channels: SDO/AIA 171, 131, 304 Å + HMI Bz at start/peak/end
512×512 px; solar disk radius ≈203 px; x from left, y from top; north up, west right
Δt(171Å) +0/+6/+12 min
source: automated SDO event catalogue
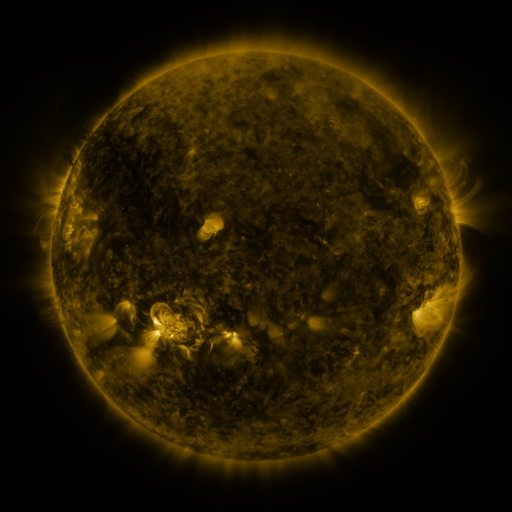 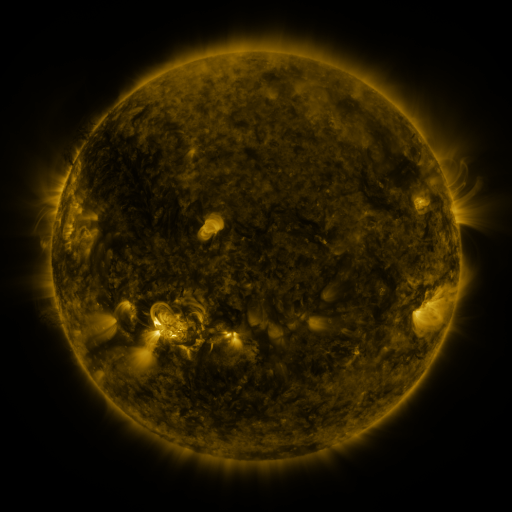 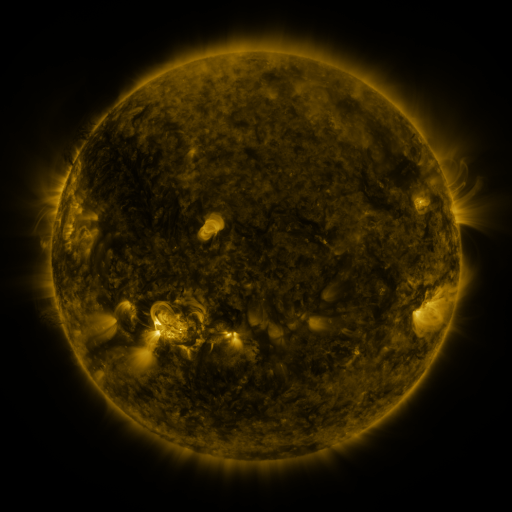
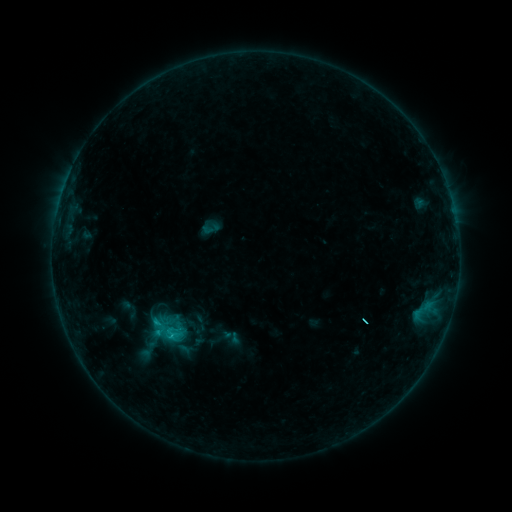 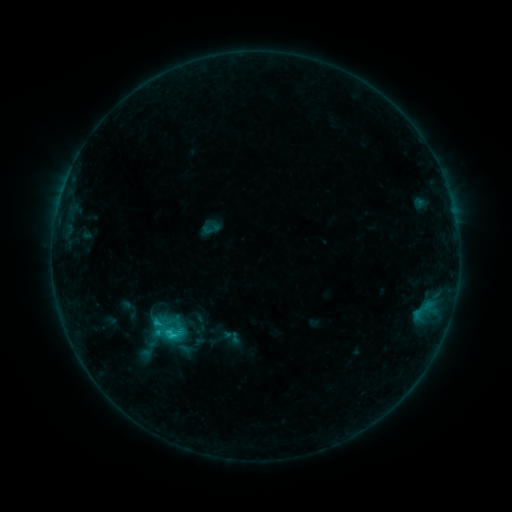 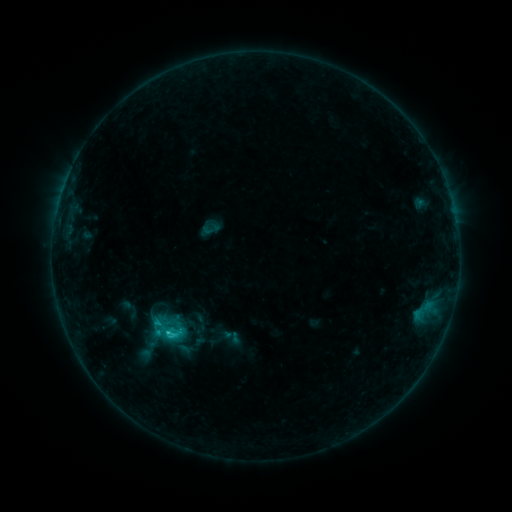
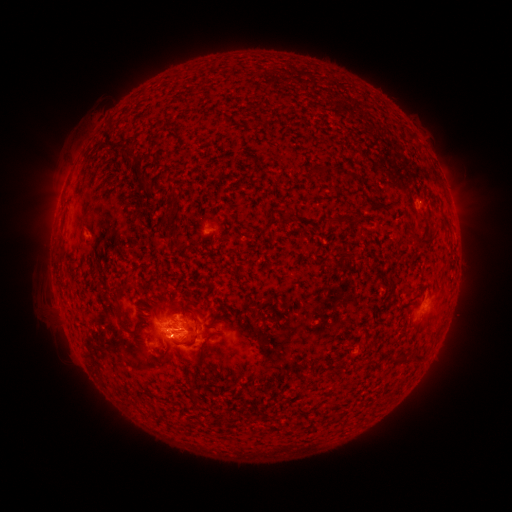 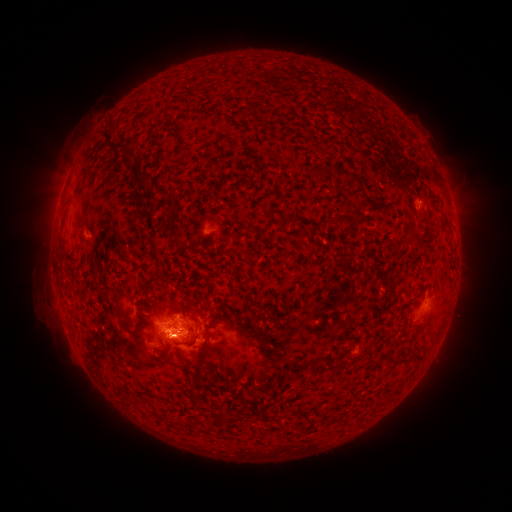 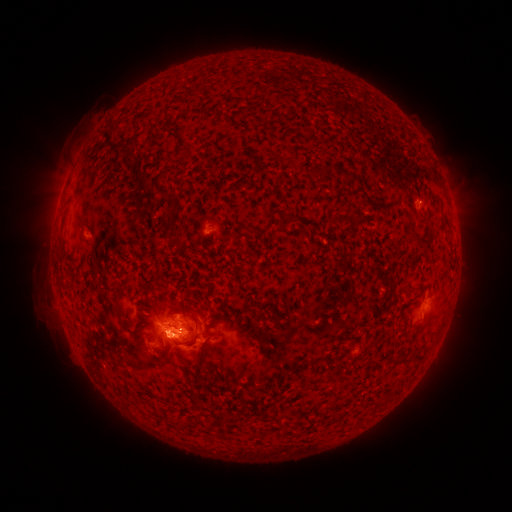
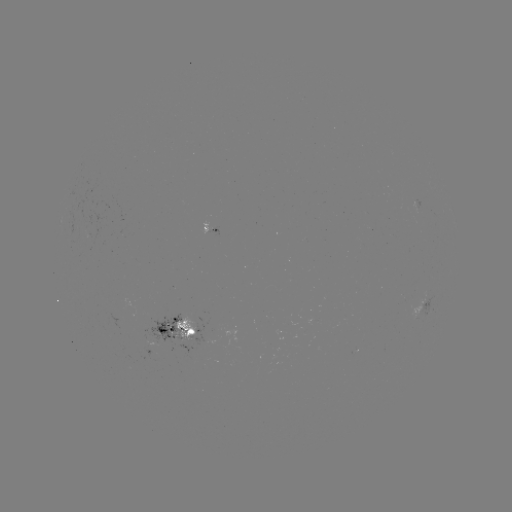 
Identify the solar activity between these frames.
C2.0 flare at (173, 333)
